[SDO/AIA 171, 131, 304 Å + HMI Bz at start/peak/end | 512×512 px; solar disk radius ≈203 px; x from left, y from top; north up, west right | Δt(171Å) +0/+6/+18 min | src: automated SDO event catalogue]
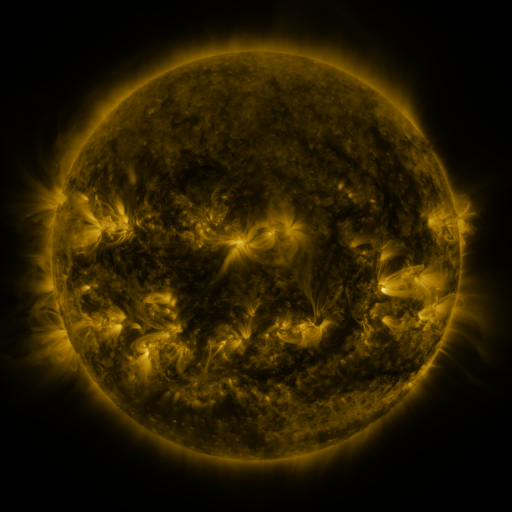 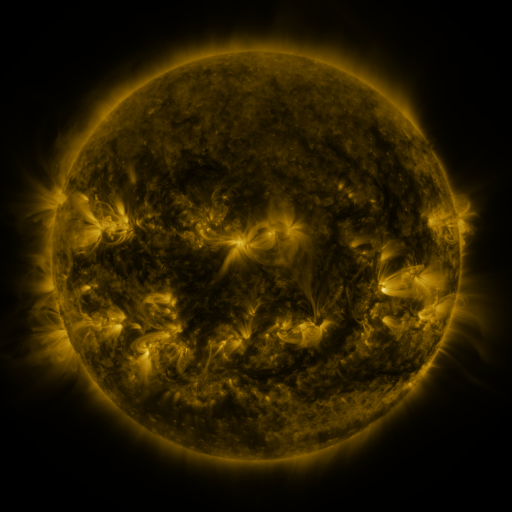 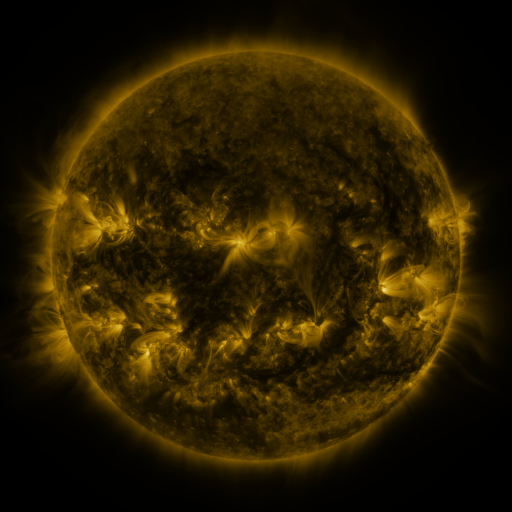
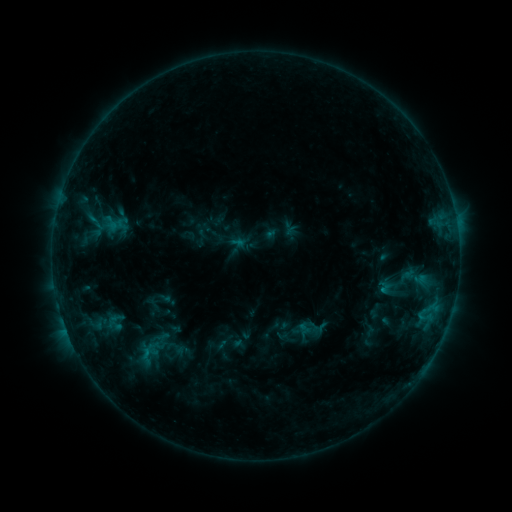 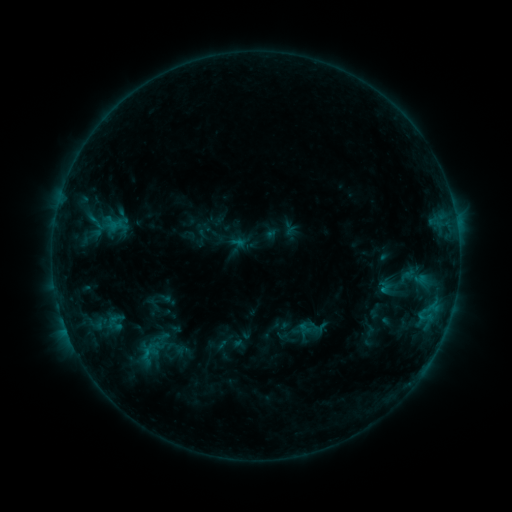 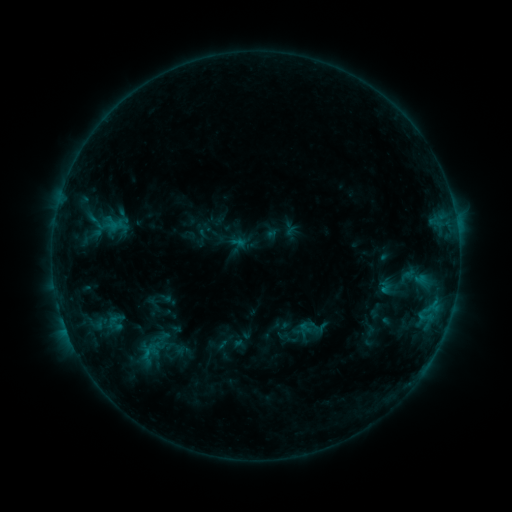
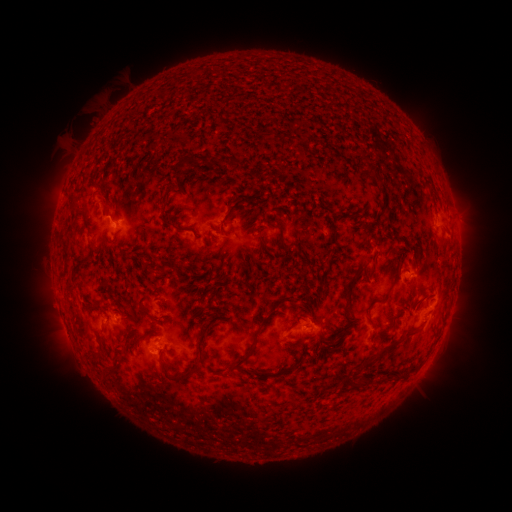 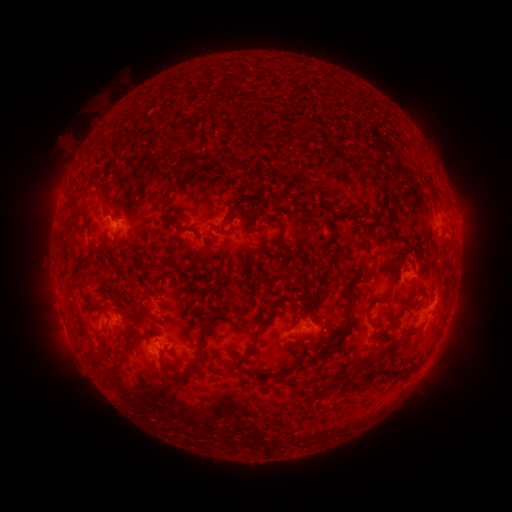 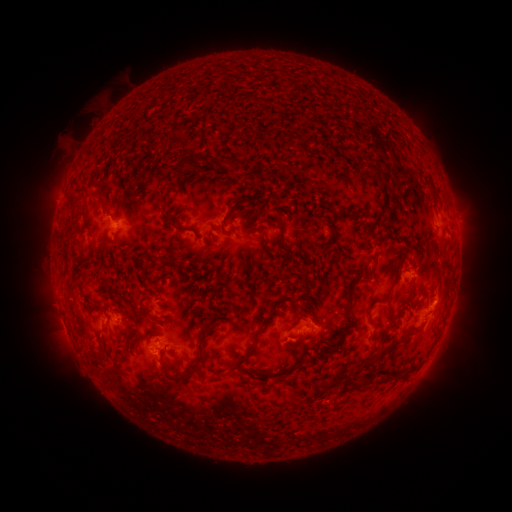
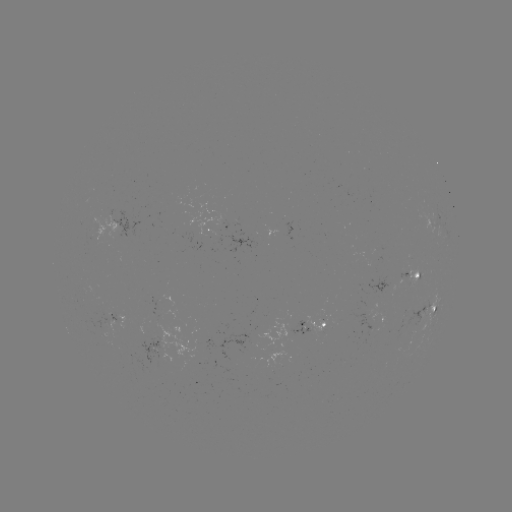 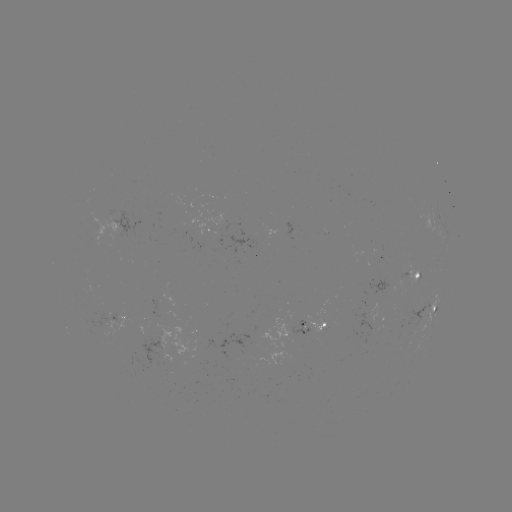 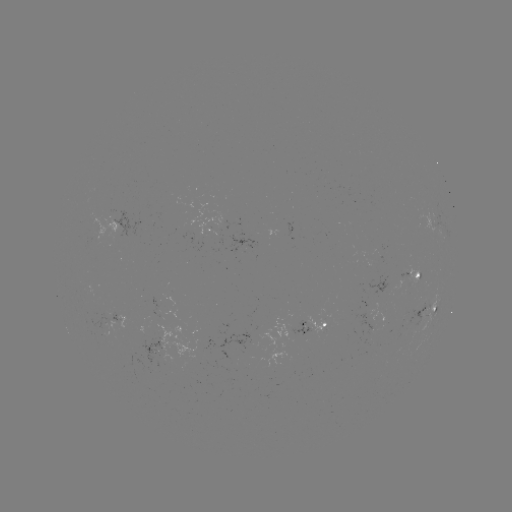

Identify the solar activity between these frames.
nothing was catalogued: no classed flare, no EUV trigger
